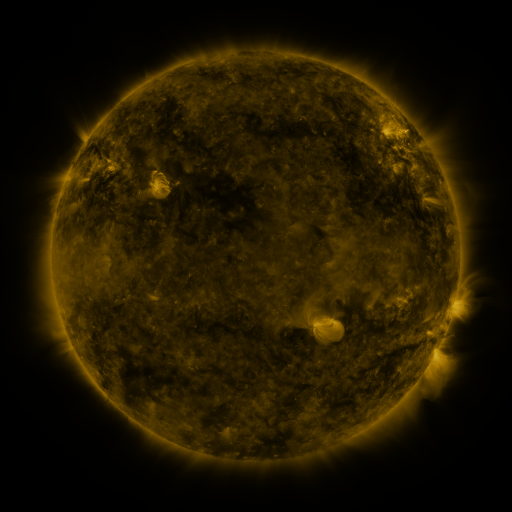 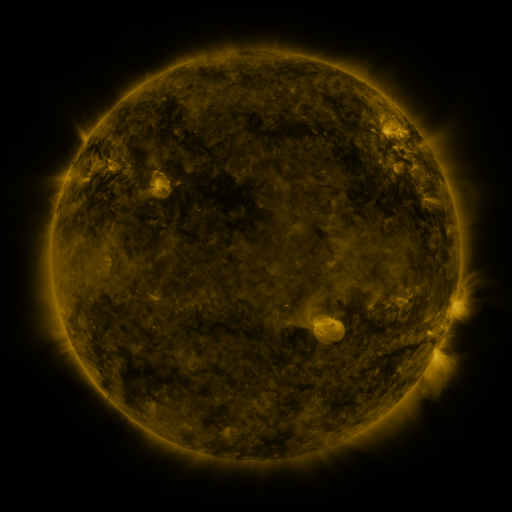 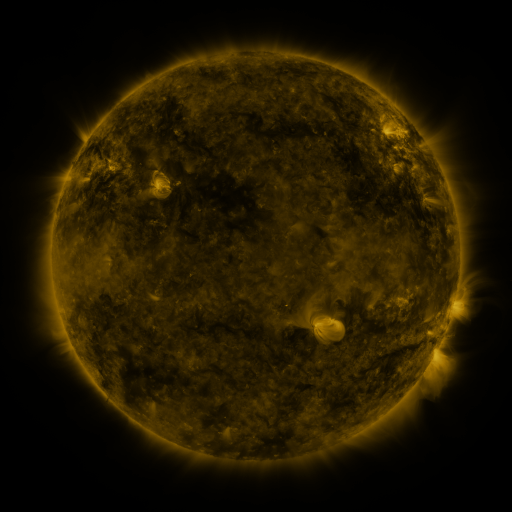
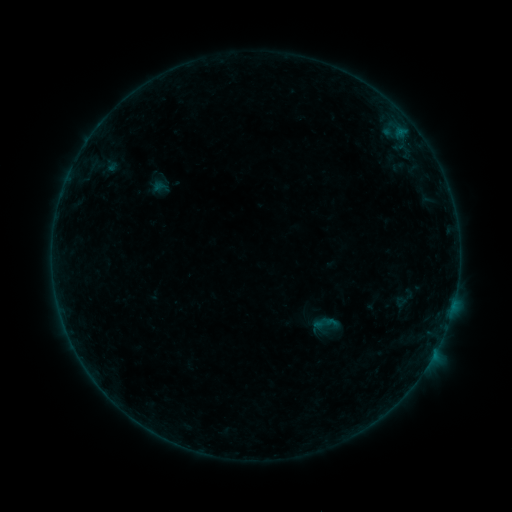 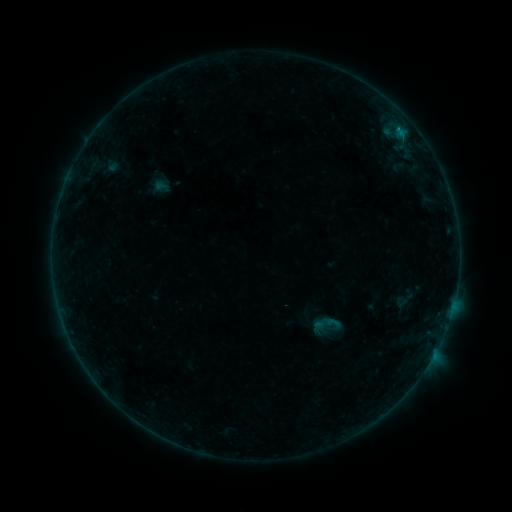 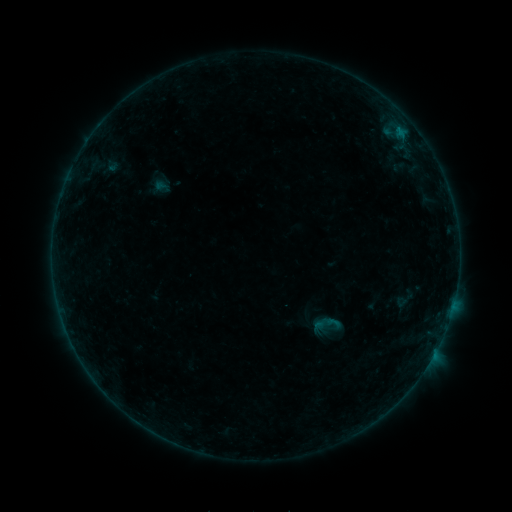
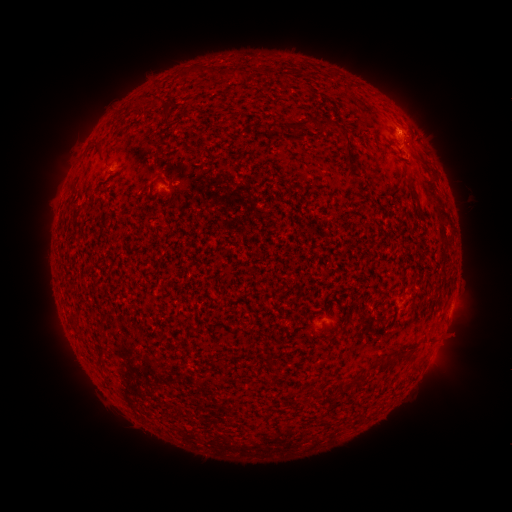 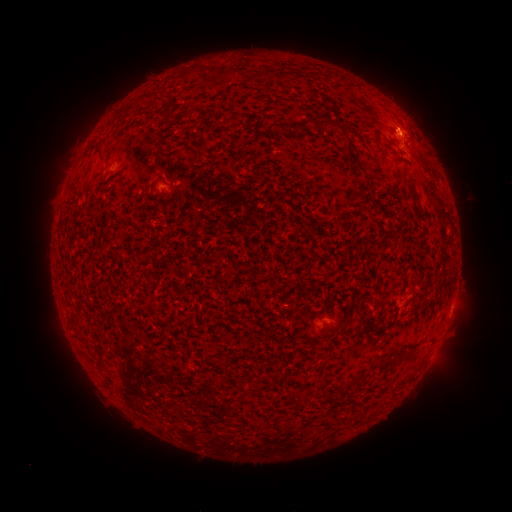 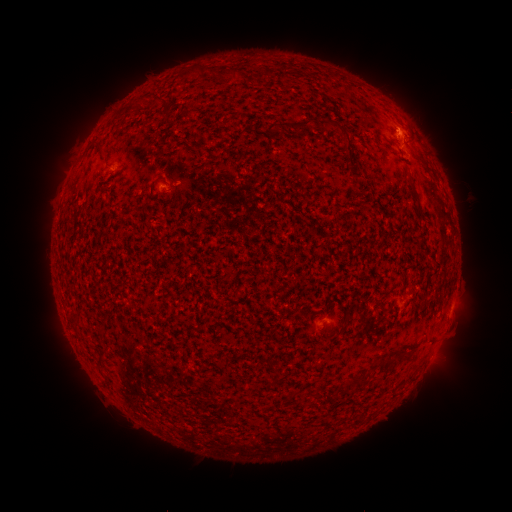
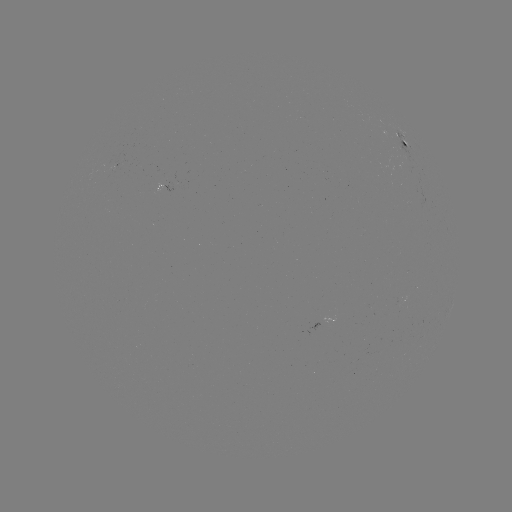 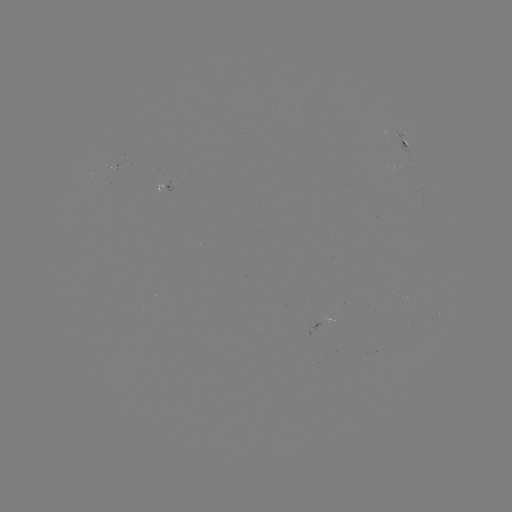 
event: flare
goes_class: B2.5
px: (402, 136)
